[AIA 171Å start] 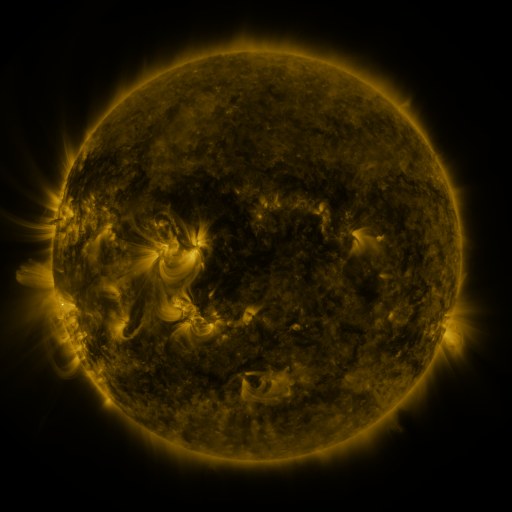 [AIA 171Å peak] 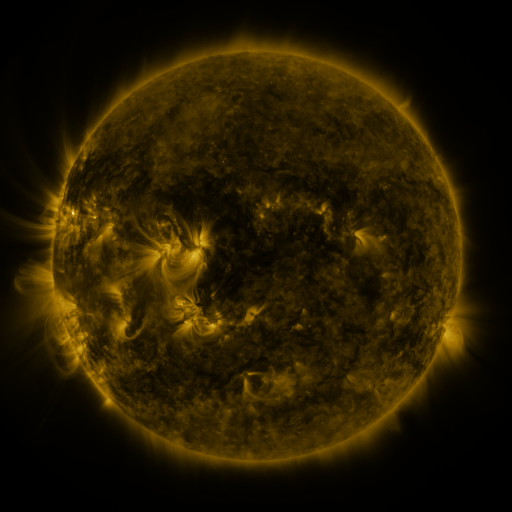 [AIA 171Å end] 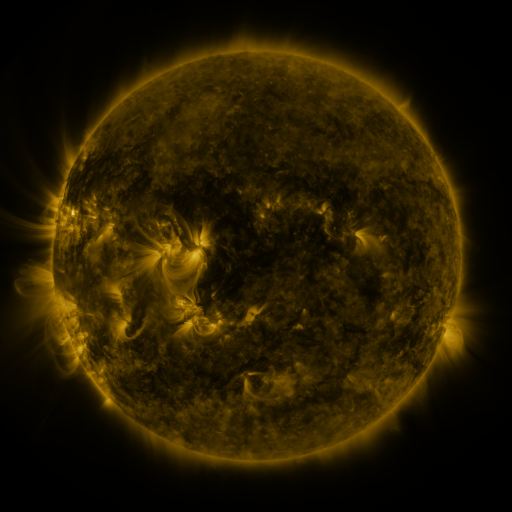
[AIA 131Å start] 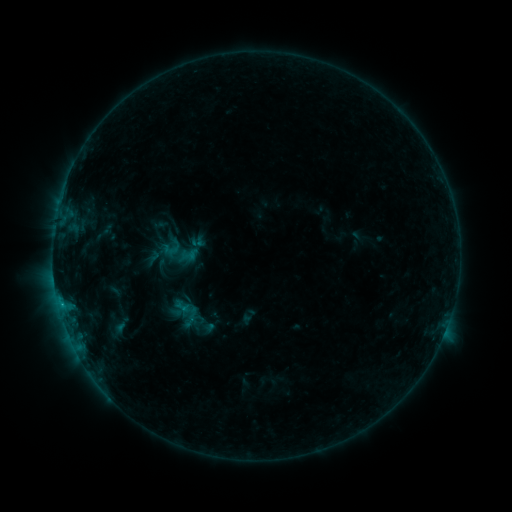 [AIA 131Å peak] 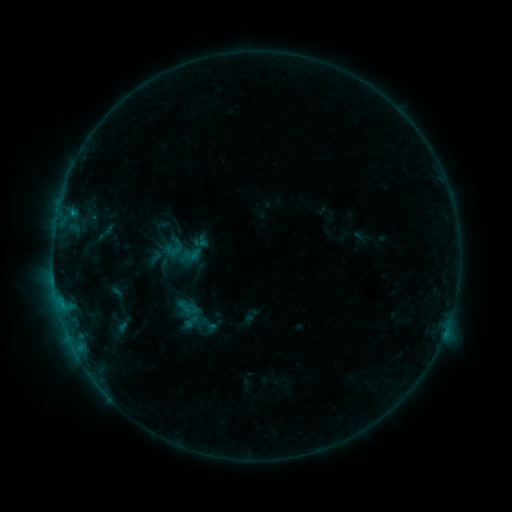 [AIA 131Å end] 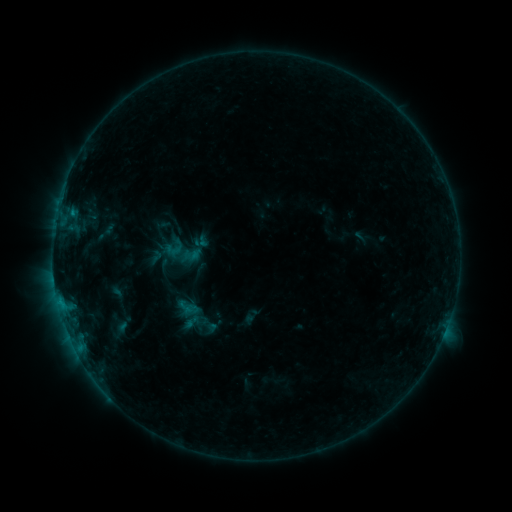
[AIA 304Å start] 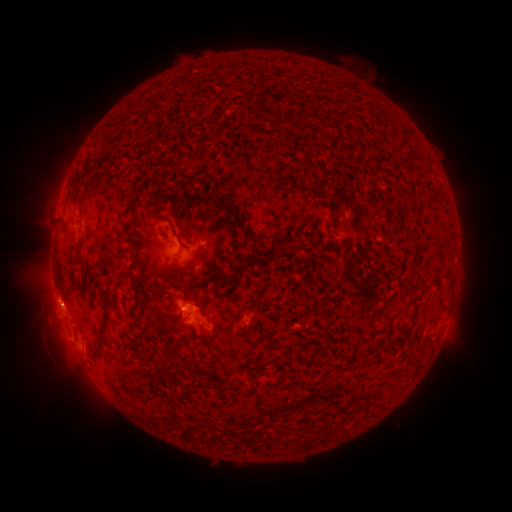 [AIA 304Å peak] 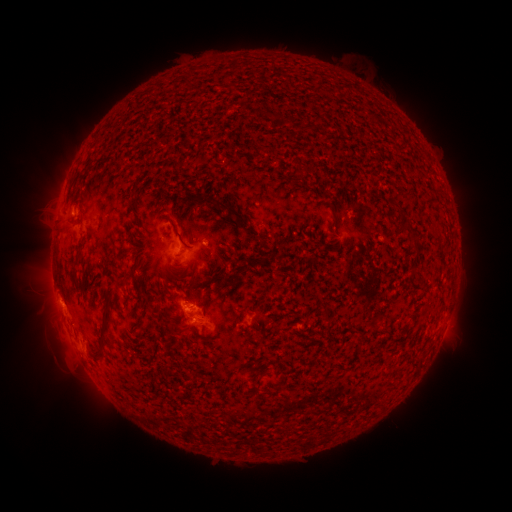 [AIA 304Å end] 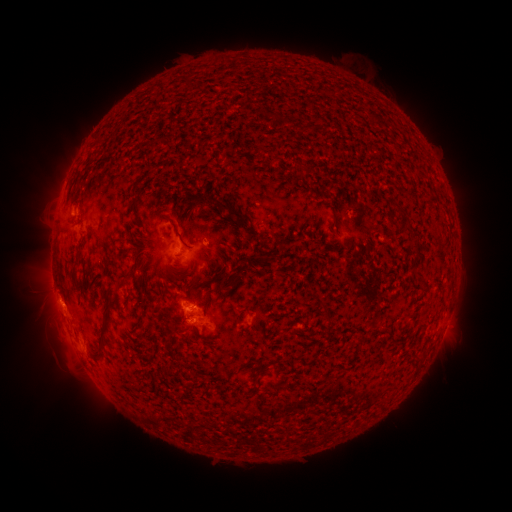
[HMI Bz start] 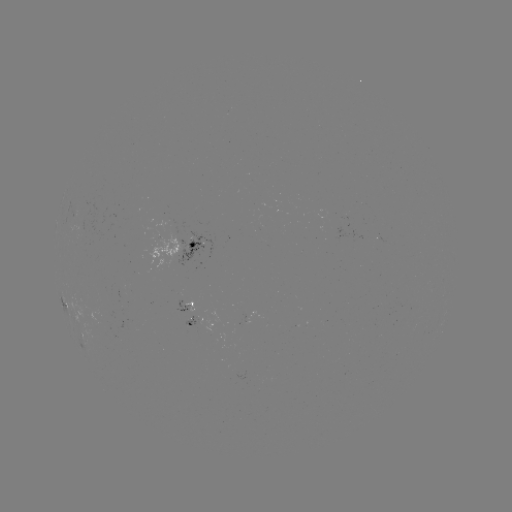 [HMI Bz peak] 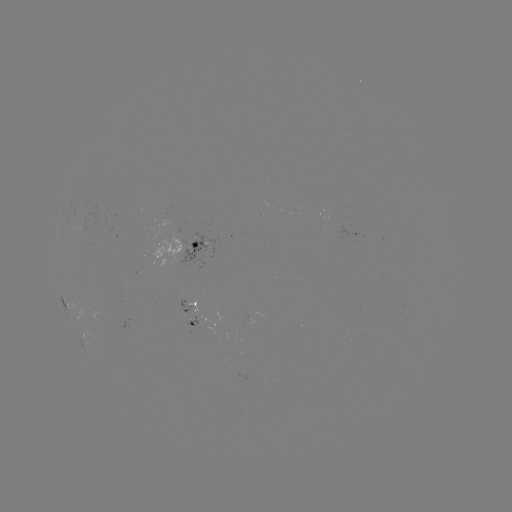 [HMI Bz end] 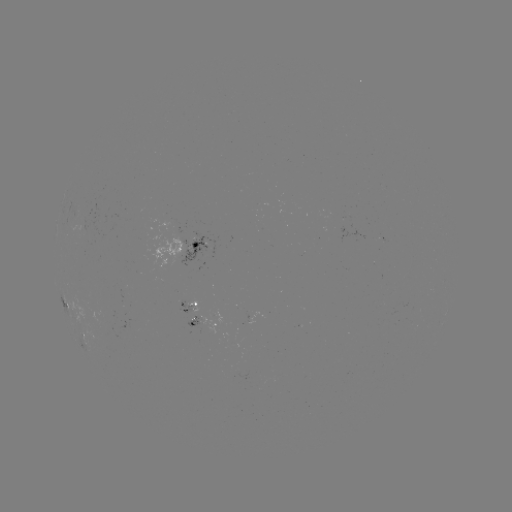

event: emerging-flux region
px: (192, 320)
